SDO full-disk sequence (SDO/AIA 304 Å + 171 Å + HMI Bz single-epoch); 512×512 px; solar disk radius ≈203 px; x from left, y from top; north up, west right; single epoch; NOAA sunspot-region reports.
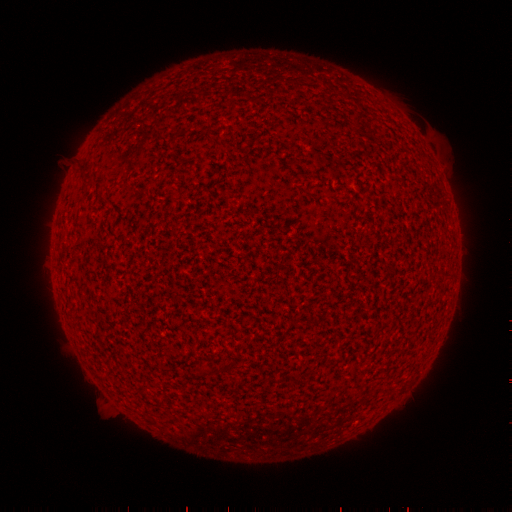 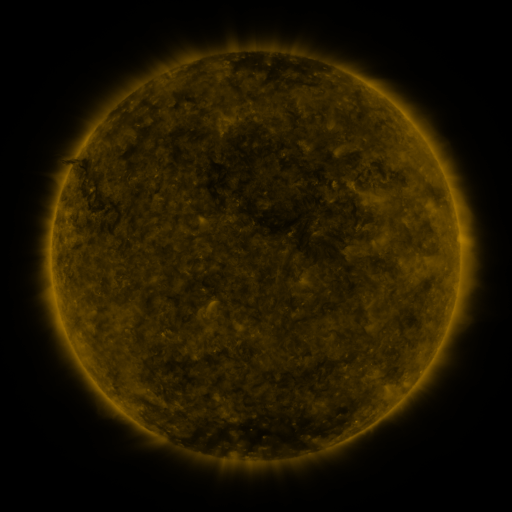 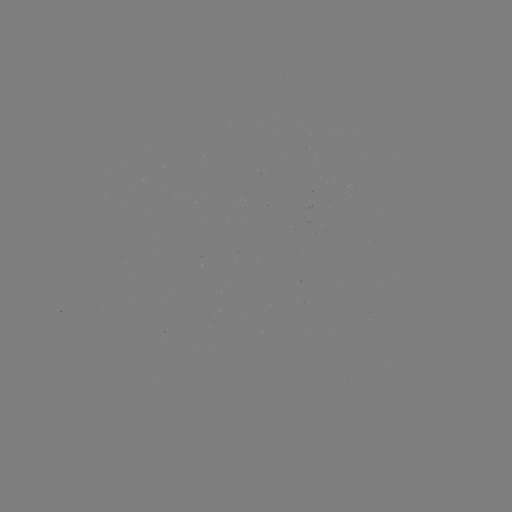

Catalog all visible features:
(none)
